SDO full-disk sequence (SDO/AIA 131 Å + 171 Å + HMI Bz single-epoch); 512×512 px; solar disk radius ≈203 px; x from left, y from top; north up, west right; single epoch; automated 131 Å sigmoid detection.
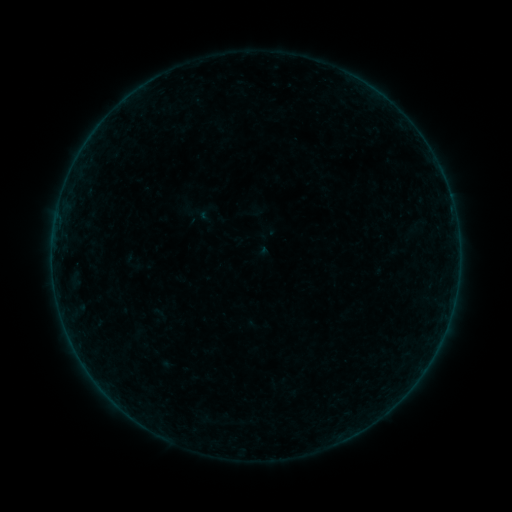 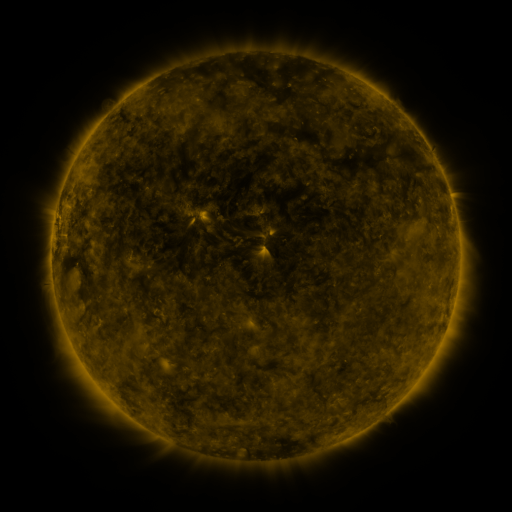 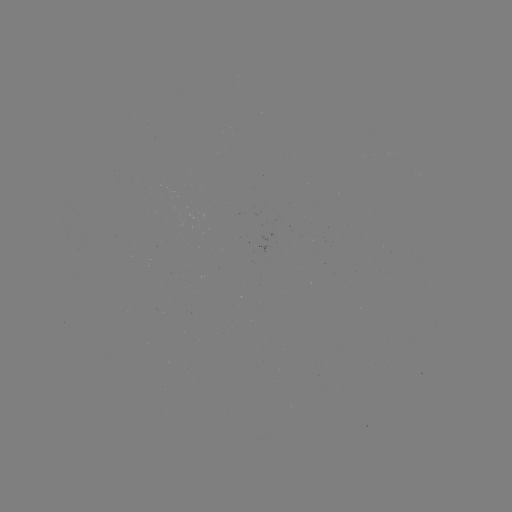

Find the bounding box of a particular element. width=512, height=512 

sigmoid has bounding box [180, 195, 215, 232].